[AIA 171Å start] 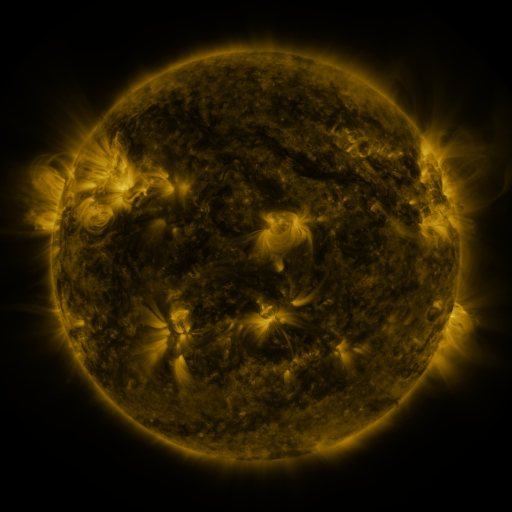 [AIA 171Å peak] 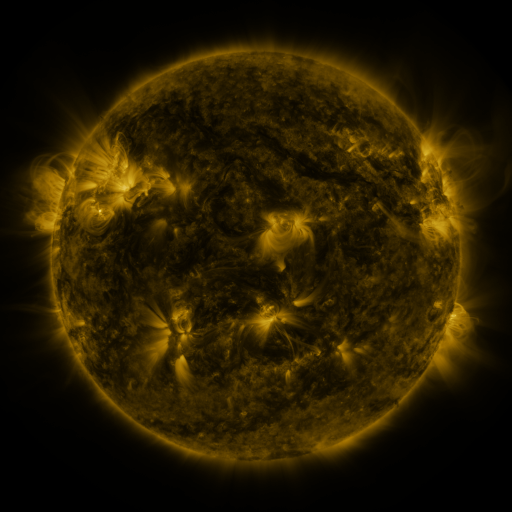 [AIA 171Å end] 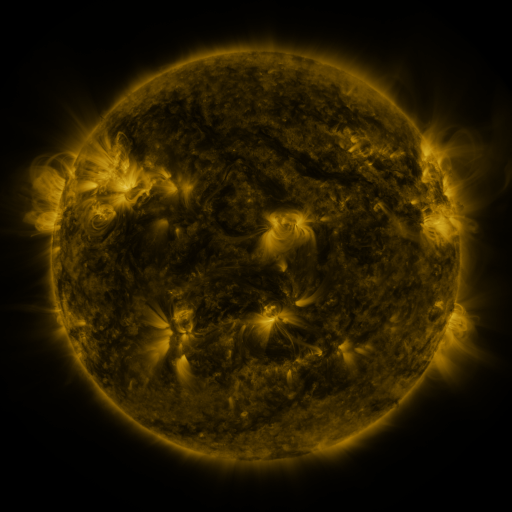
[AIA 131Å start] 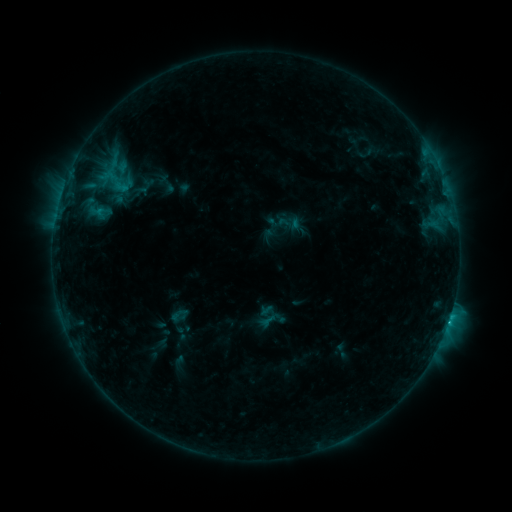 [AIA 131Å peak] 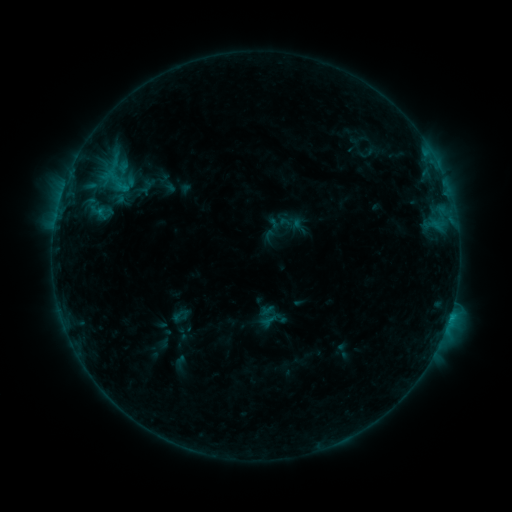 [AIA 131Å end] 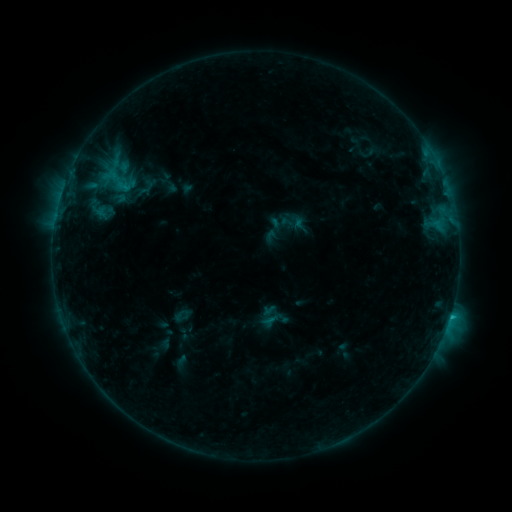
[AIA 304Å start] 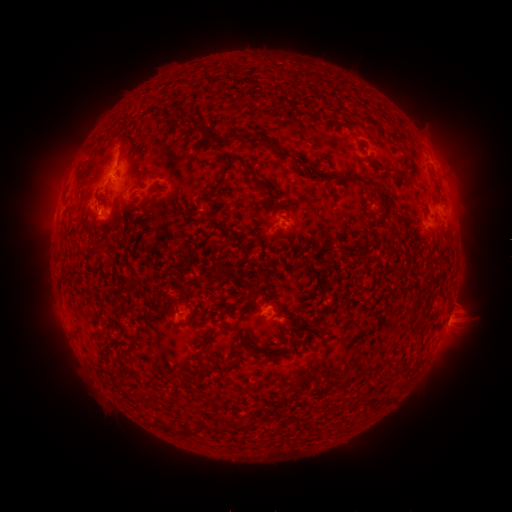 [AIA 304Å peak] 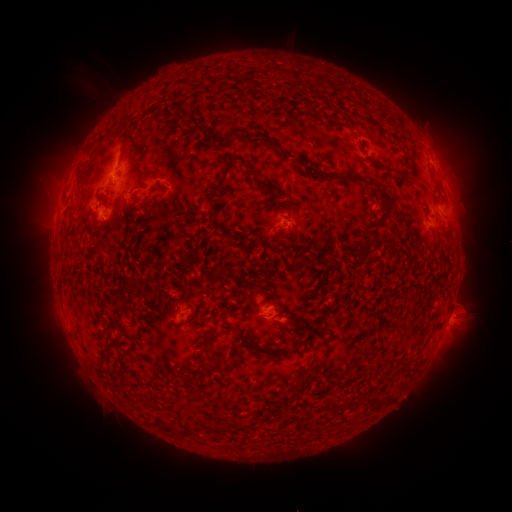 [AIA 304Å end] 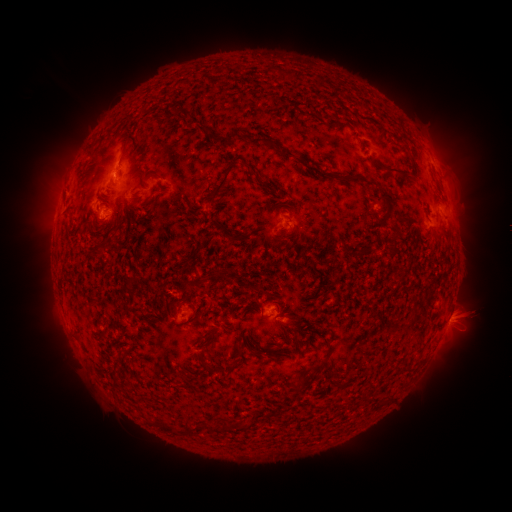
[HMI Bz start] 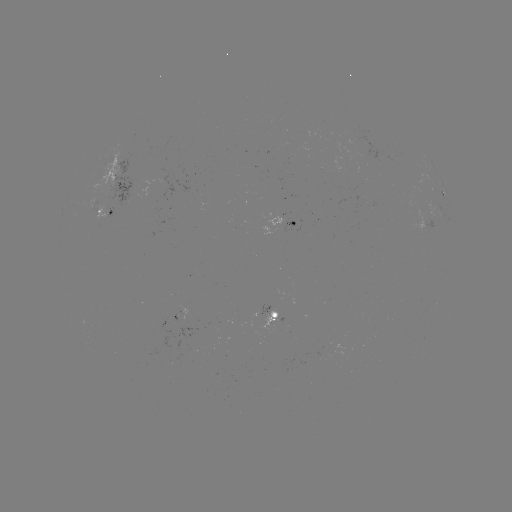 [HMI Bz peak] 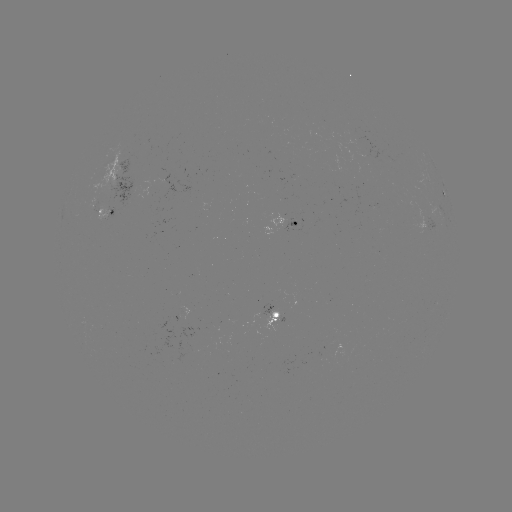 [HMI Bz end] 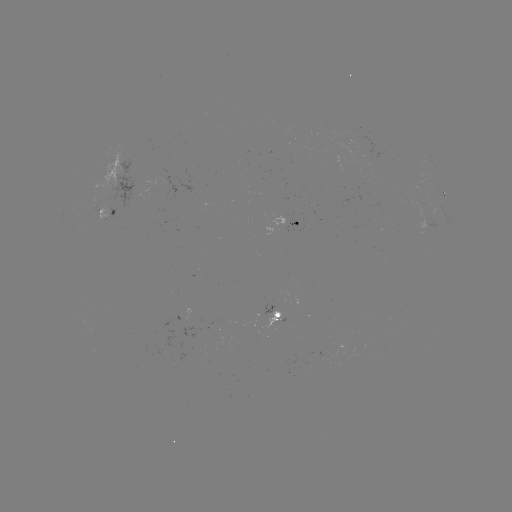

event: filament eruption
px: (72, 112)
